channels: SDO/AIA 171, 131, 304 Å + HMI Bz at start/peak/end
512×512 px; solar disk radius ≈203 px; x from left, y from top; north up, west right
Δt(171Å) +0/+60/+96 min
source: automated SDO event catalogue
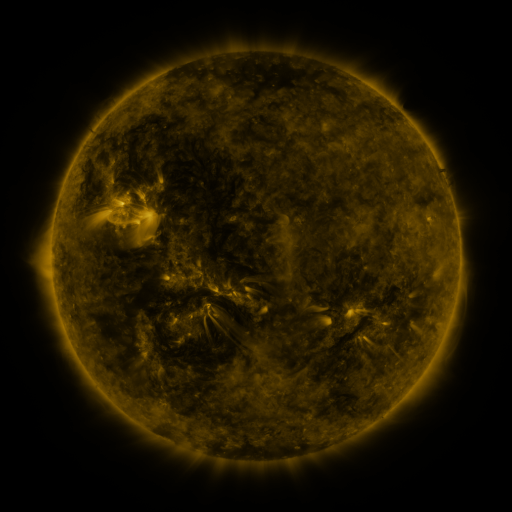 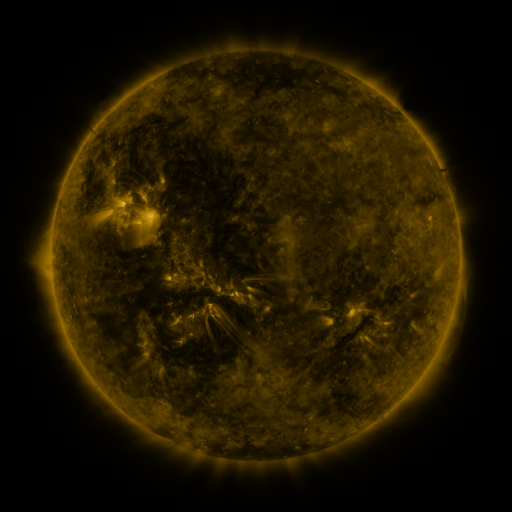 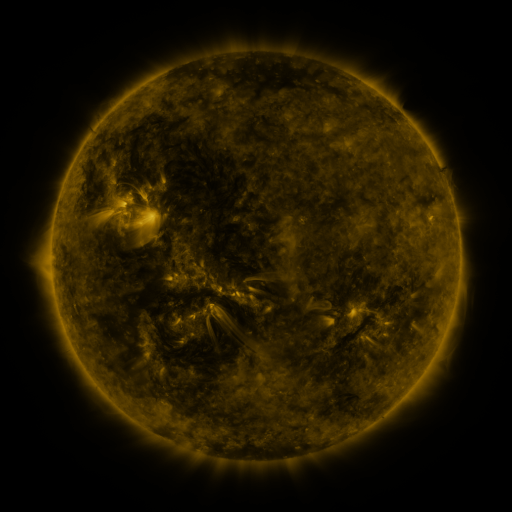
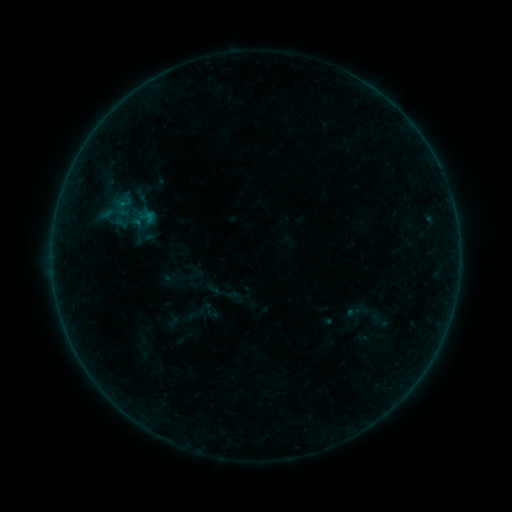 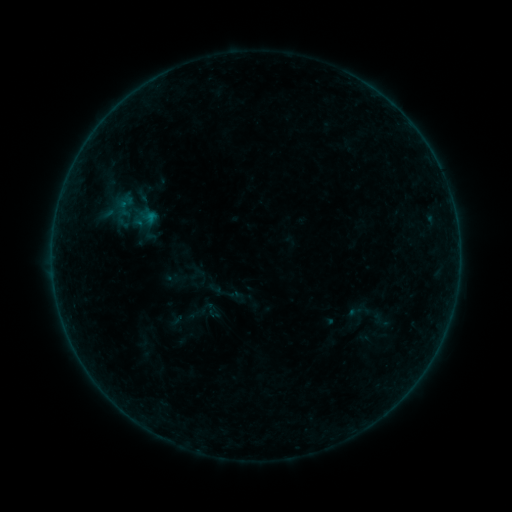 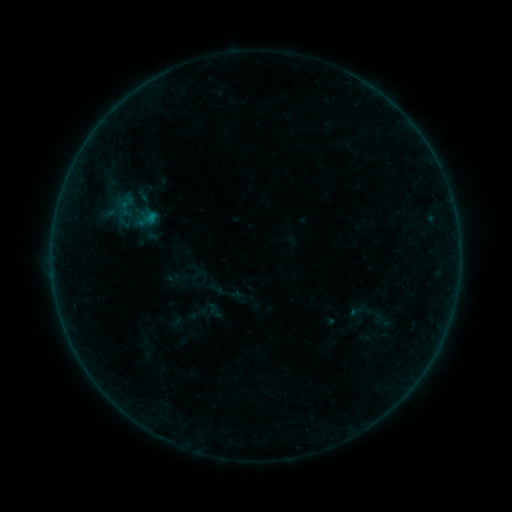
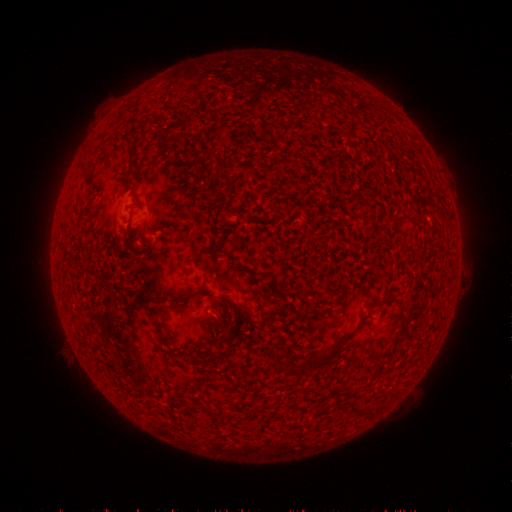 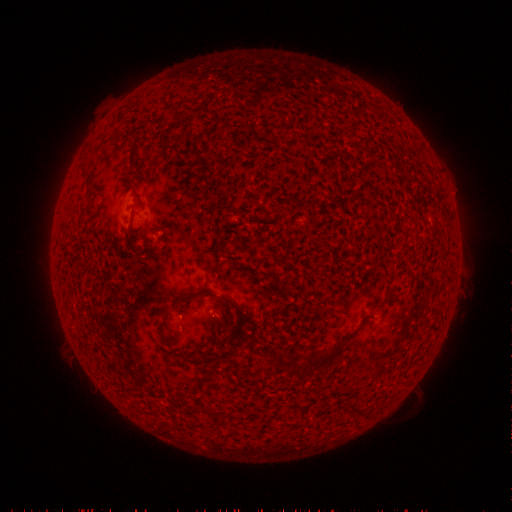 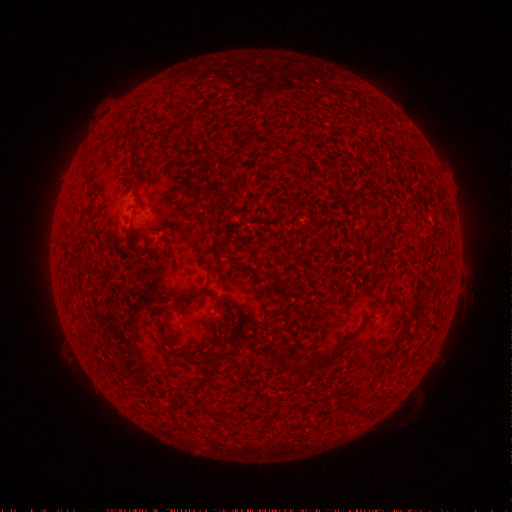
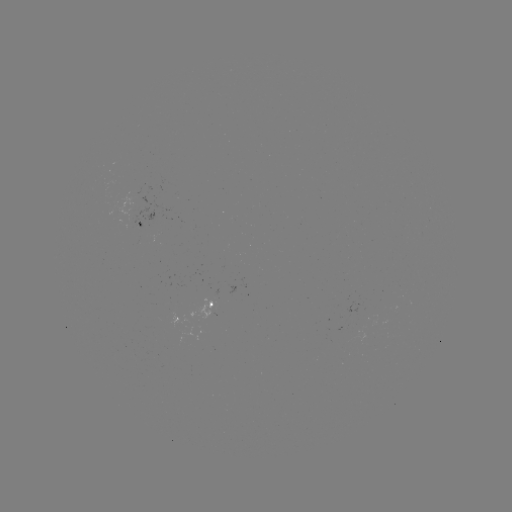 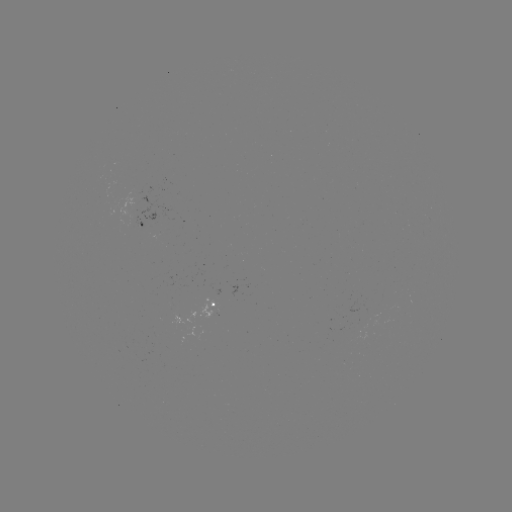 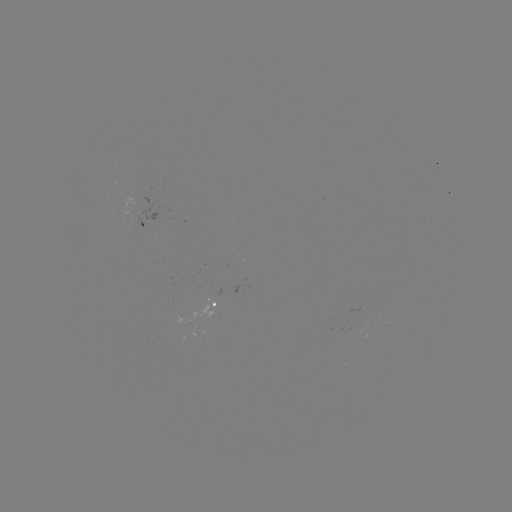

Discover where emerging-flux region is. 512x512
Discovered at (206, 297).